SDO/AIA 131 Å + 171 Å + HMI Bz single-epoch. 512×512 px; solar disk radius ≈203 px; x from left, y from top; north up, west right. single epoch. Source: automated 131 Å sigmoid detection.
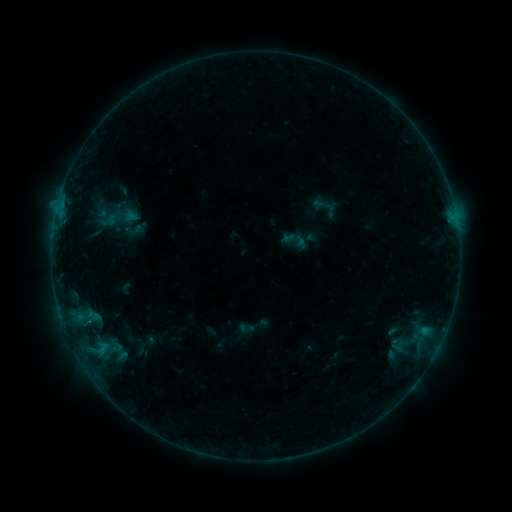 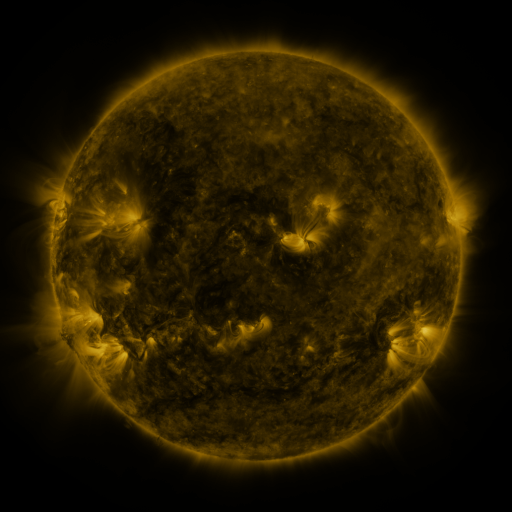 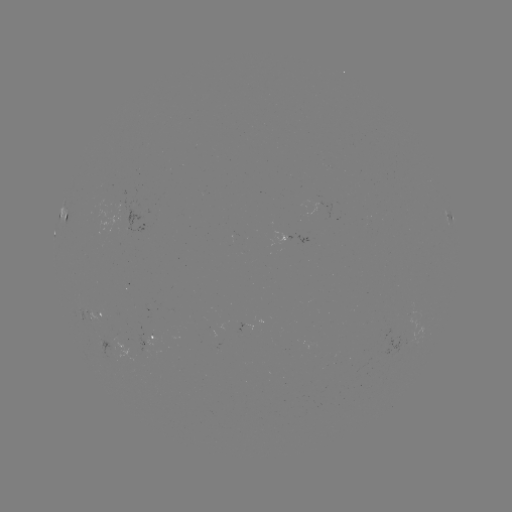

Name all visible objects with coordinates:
sigmoid: (323, 205)
sigmoid: (295, 239)
